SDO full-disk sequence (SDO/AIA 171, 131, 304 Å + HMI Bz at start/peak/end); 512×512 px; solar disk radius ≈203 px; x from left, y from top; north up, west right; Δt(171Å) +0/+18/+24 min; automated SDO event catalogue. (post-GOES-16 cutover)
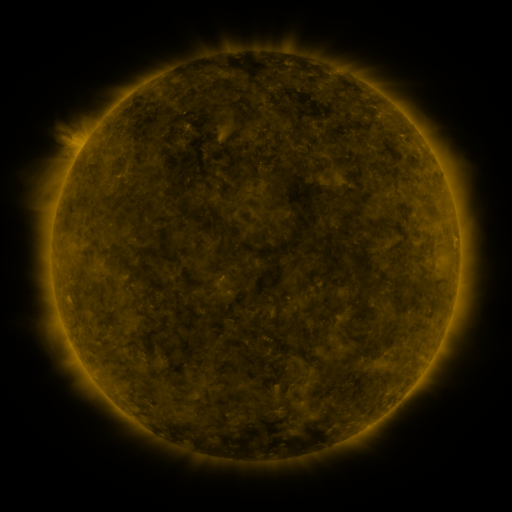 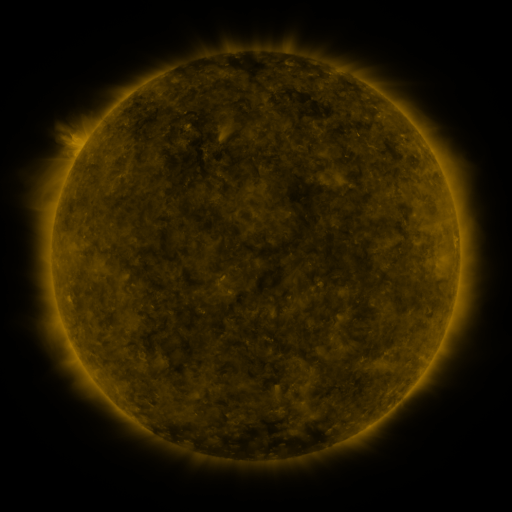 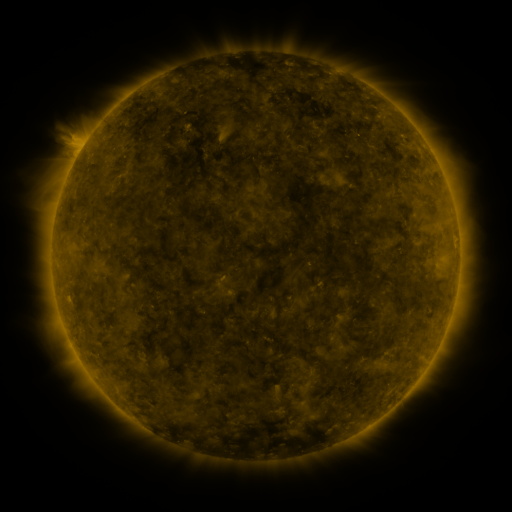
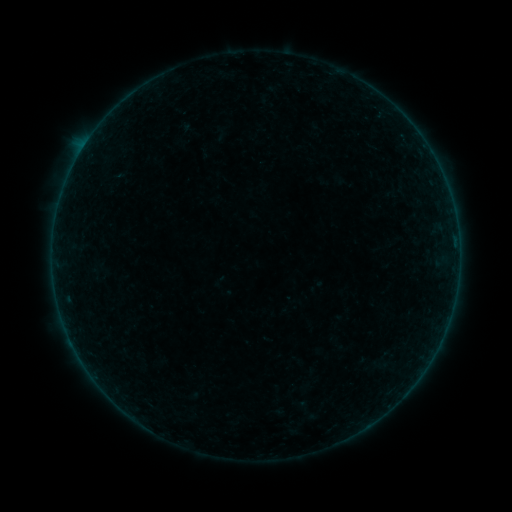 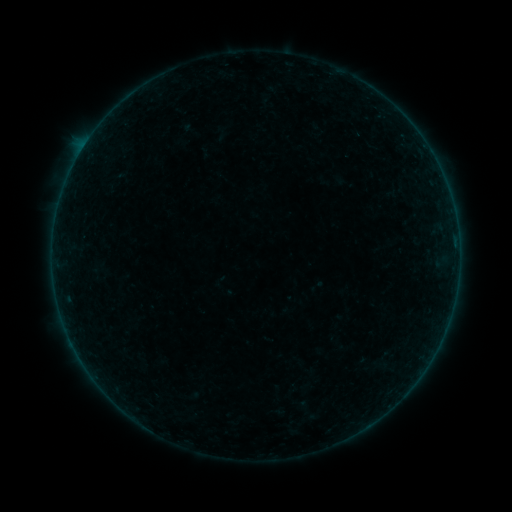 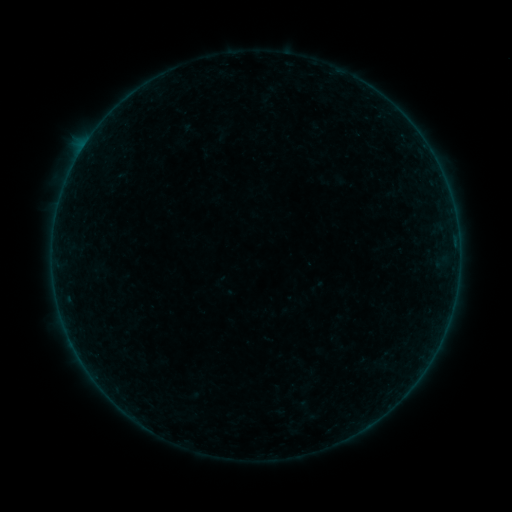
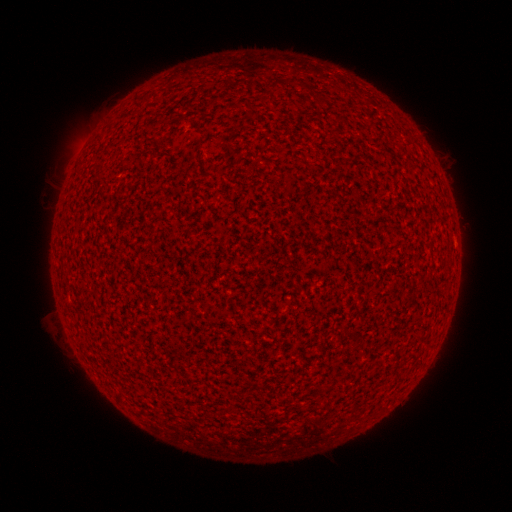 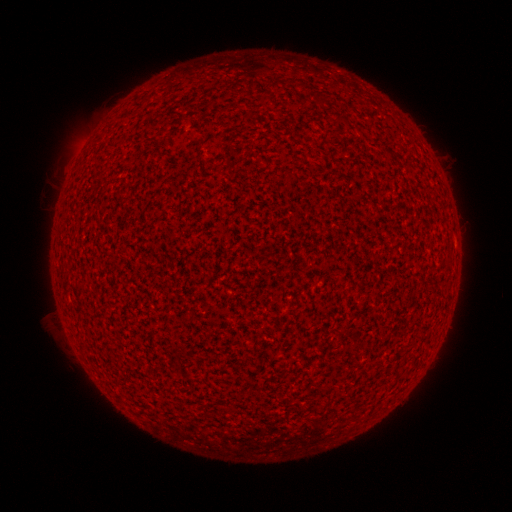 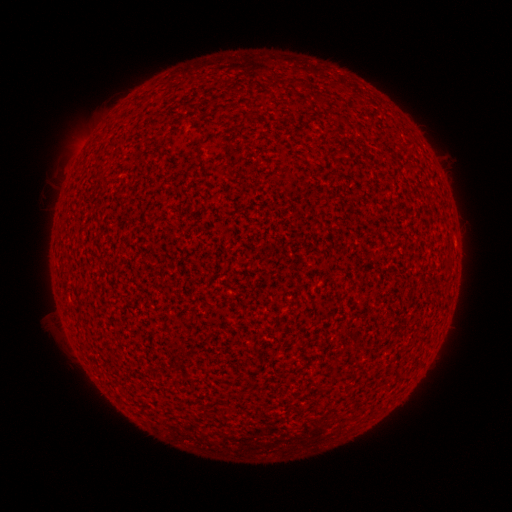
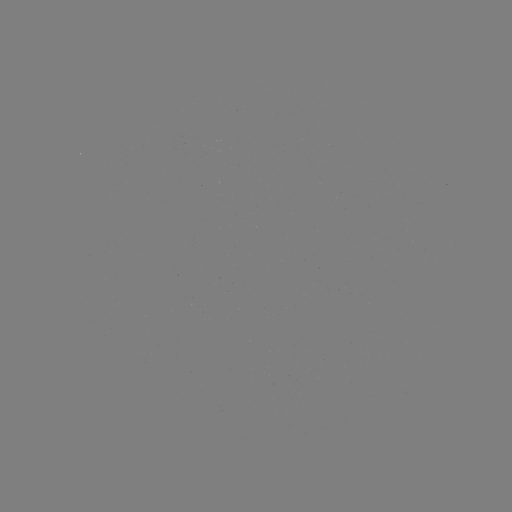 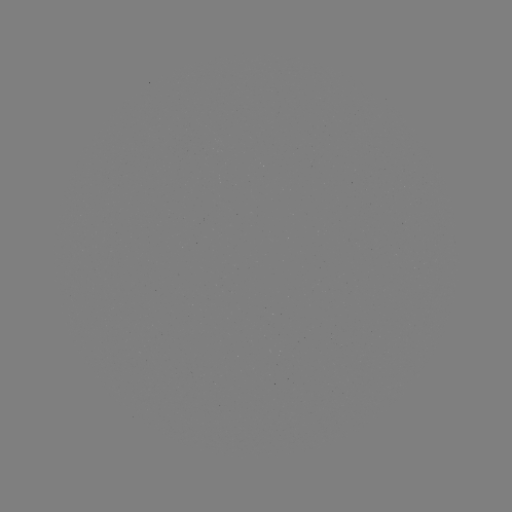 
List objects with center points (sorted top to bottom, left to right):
A1.7 flare: (81, 151)
